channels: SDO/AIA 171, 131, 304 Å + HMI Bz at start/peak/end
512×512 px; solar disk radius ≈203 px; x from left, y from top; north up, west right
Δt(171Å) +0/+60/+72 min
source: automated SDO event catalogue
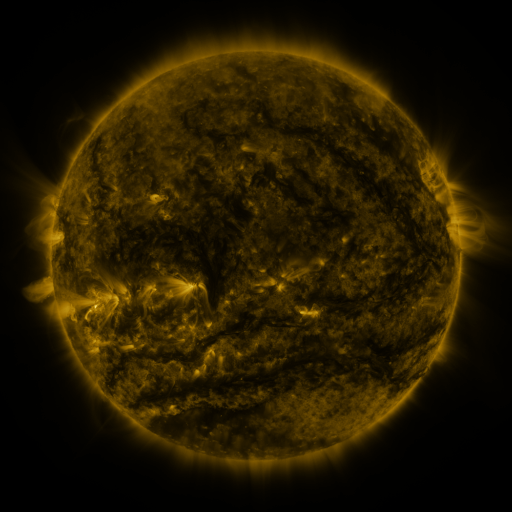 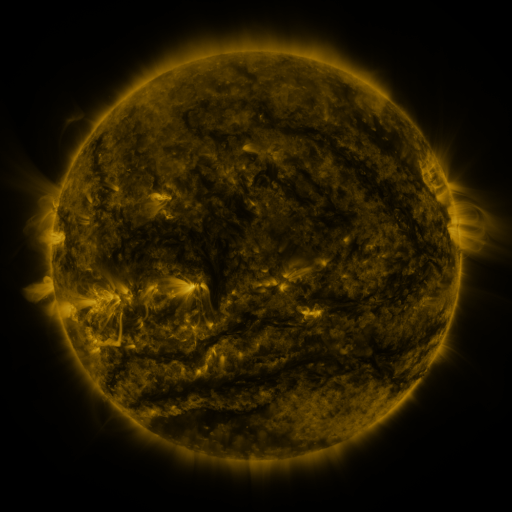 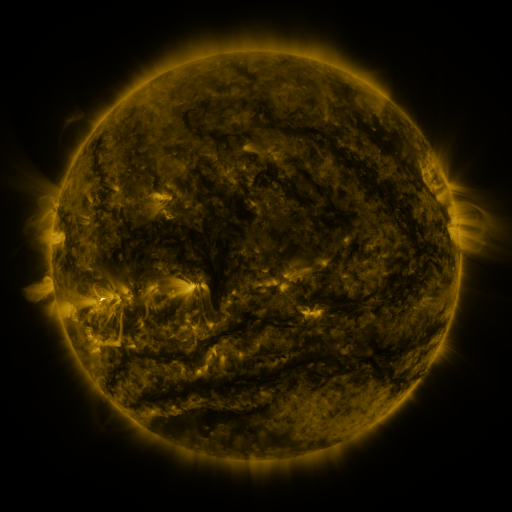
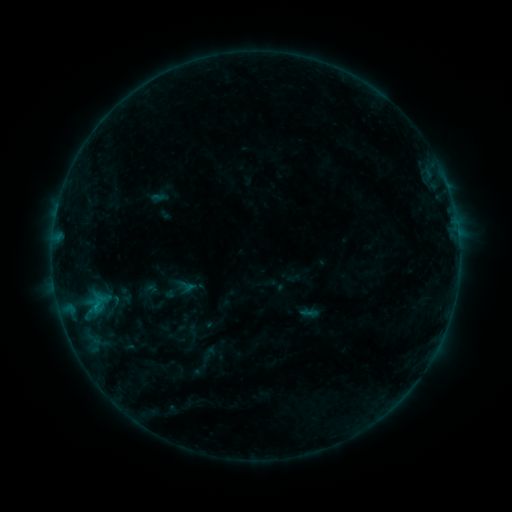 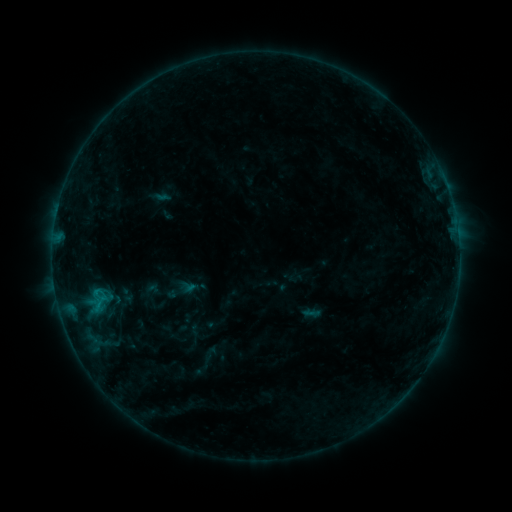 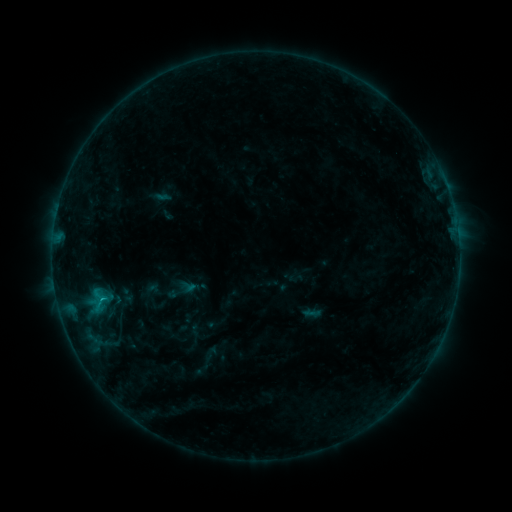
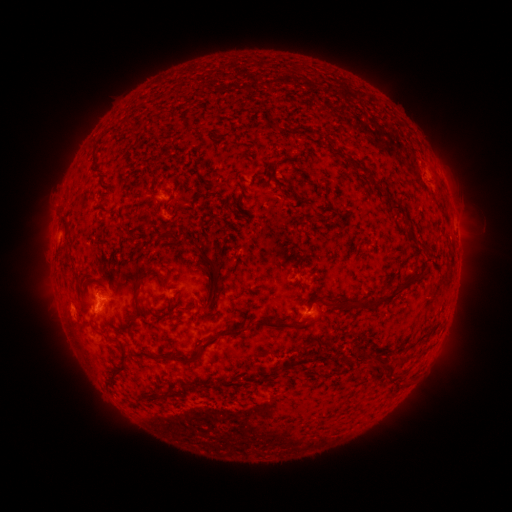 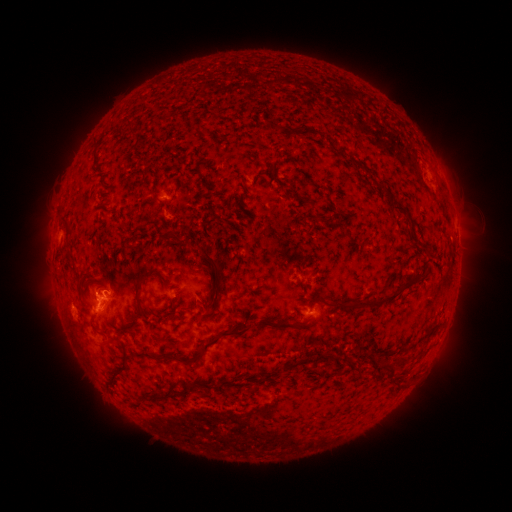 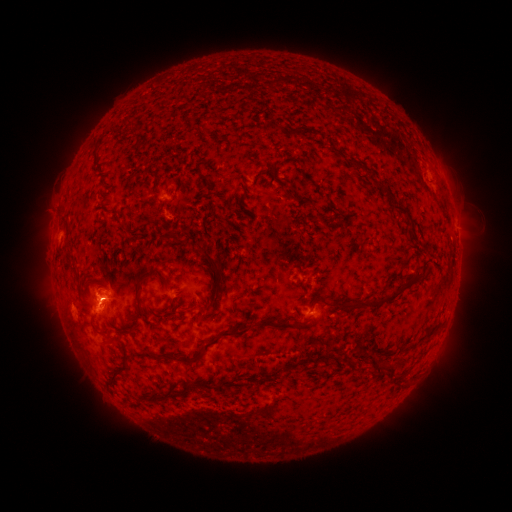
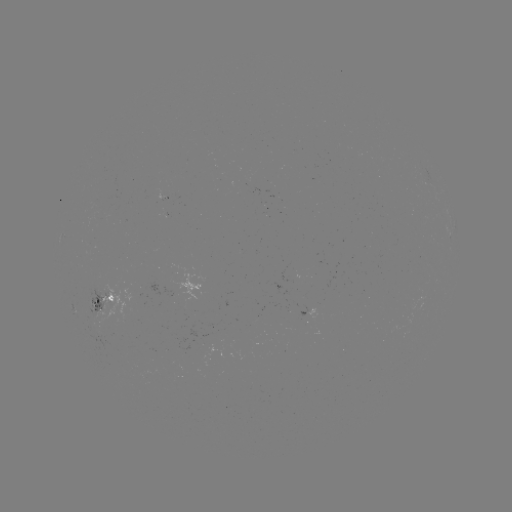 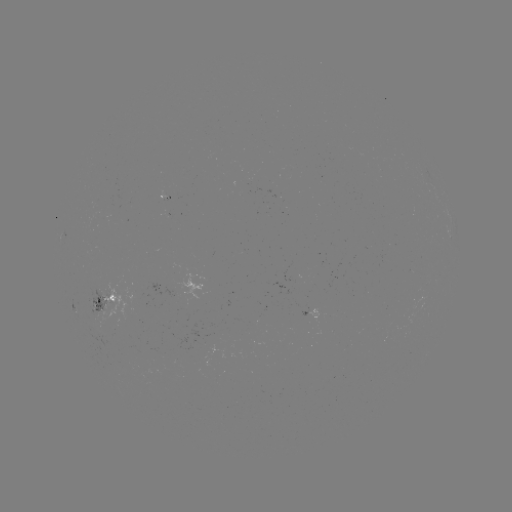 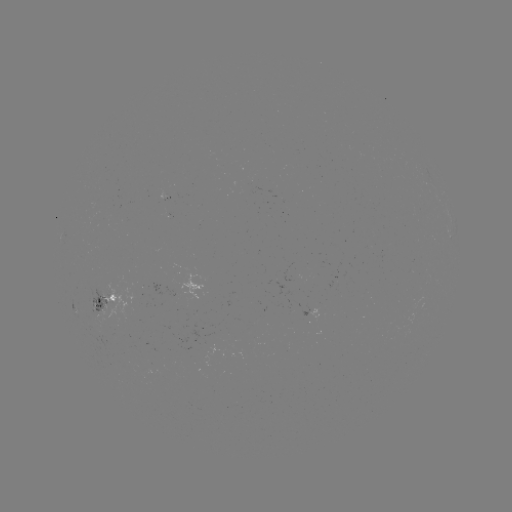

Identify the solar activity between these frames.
emerging-flux region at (93, 308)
